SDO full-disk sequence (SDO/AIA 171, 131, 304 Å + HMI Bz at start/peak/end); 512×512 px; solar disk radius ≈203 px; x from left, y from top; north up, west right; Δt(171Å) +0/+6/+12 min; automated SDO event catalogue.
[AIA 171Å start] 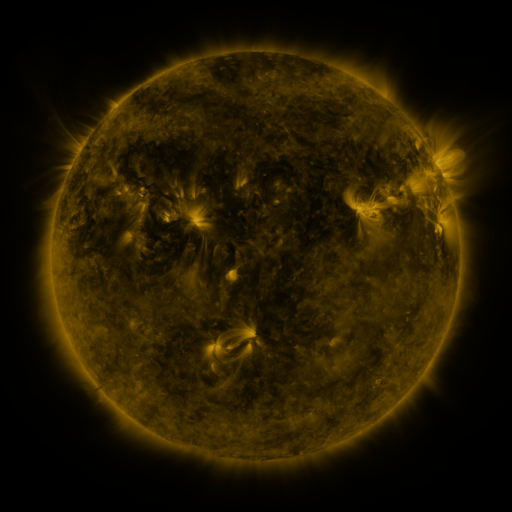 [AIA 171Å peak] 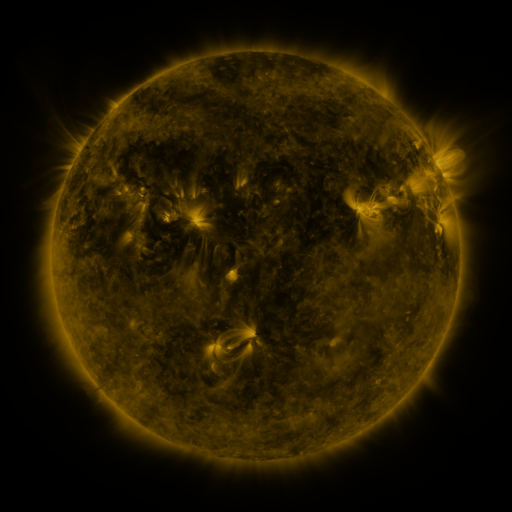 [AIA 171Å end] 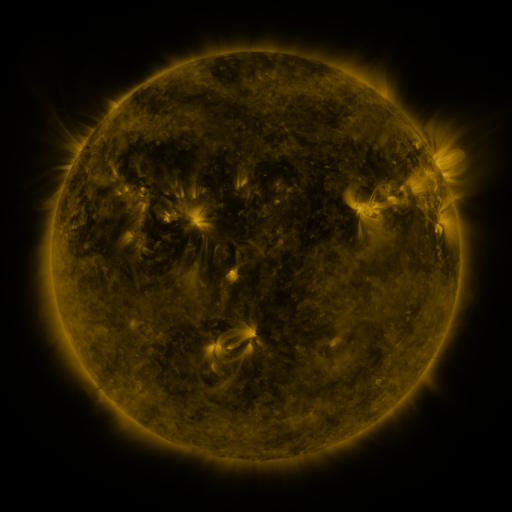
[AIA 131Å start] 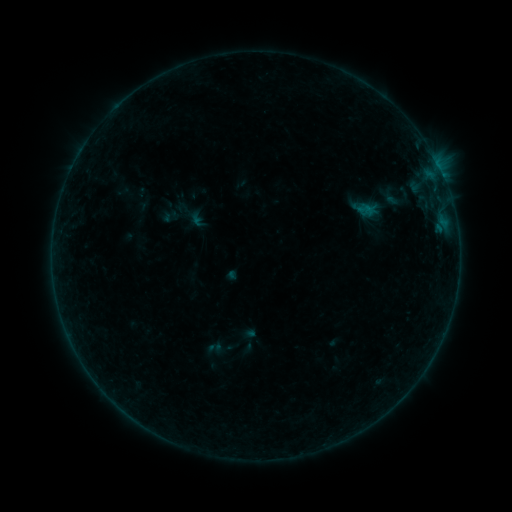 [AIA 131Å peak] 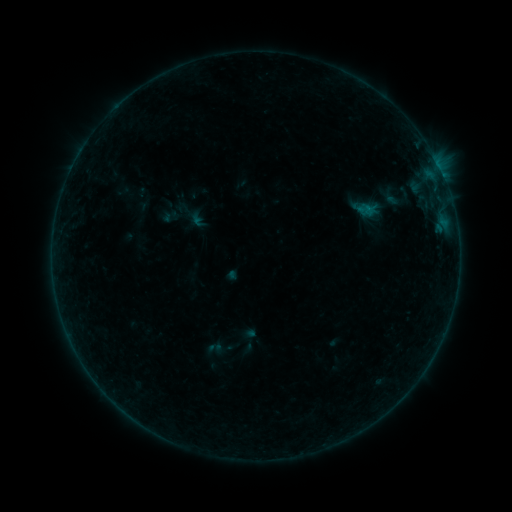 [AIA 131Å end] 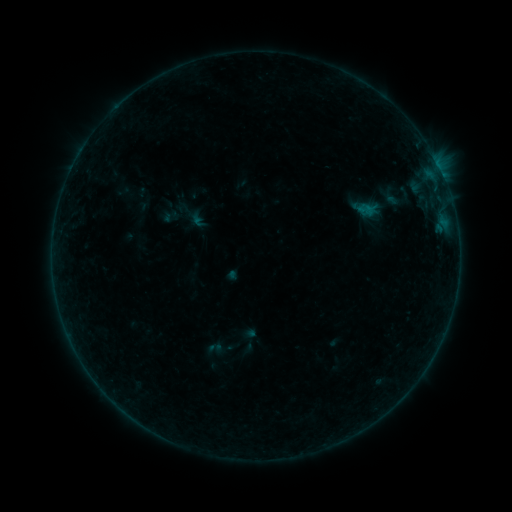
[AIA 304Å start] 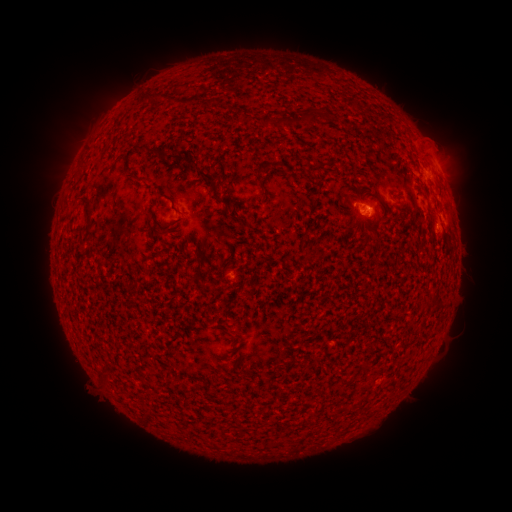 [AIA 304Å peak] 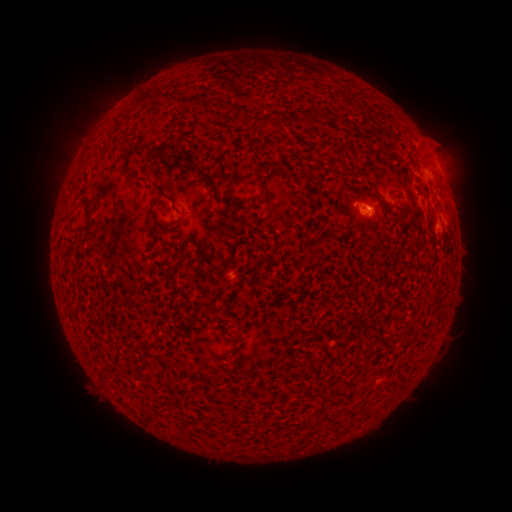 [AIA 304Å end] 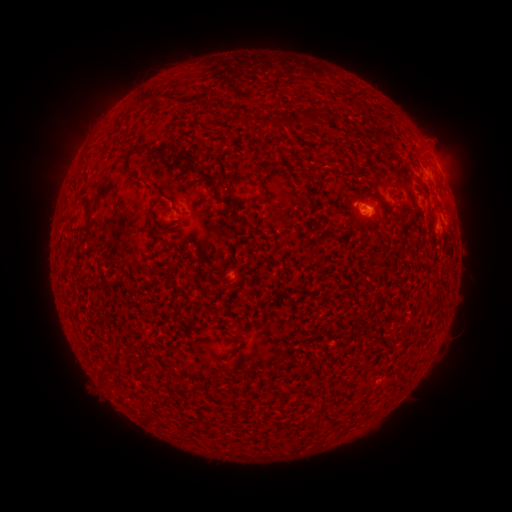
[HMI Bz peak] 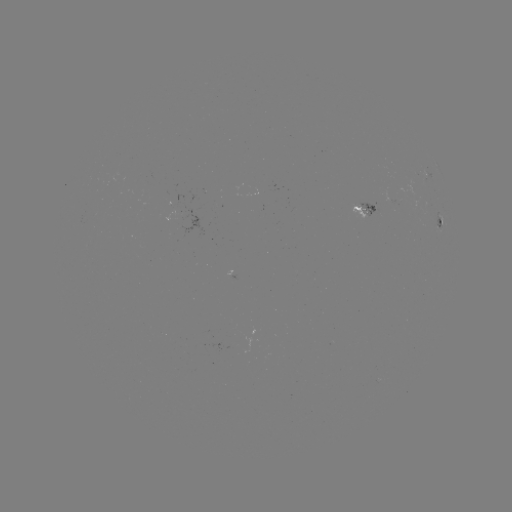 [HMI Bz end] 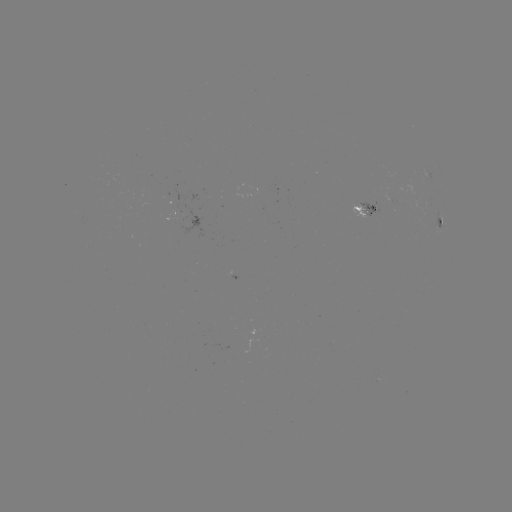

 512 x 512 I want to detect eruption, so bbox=[419, 113, 469, 164].